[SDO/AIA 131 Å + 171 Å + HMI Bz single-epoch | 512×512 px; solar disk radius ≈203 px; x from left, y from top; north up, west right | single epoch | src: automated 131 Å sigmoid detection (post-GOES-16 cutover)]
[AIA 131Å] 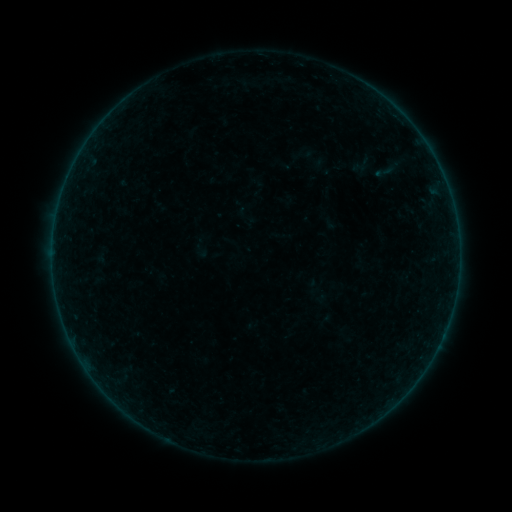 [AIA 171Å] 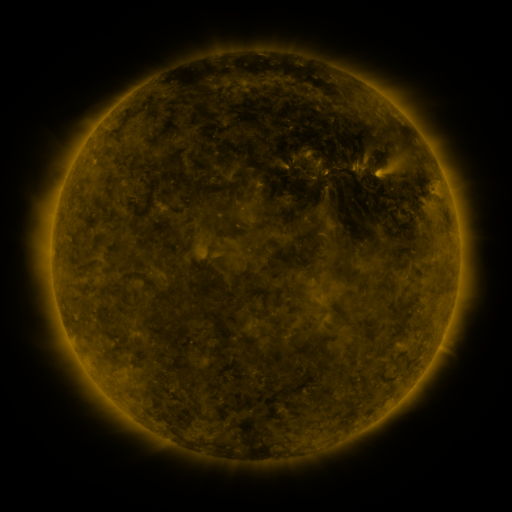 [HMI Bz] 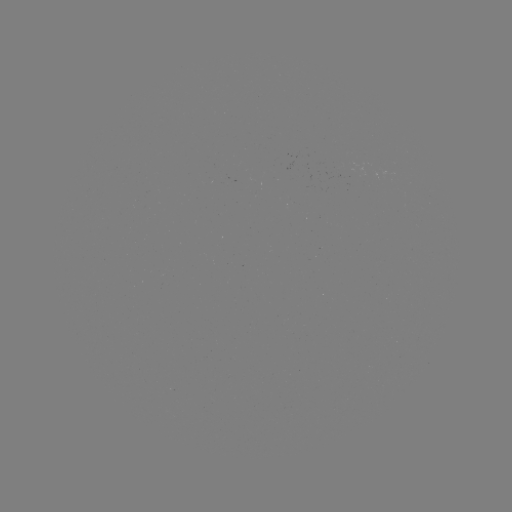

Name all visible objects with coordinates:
sigmoid: (346, 157, 377, 176)
sigmoid: (366, 159, 405, 183)
